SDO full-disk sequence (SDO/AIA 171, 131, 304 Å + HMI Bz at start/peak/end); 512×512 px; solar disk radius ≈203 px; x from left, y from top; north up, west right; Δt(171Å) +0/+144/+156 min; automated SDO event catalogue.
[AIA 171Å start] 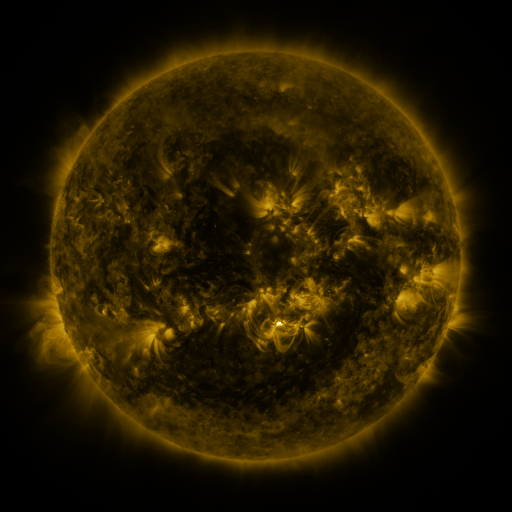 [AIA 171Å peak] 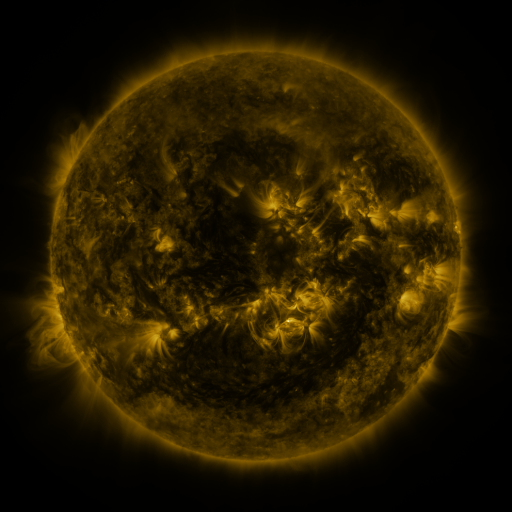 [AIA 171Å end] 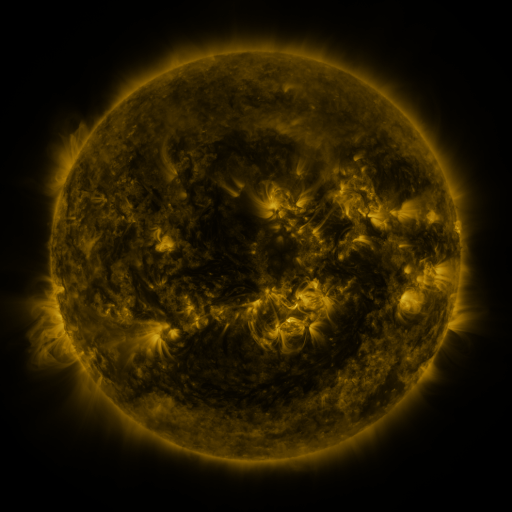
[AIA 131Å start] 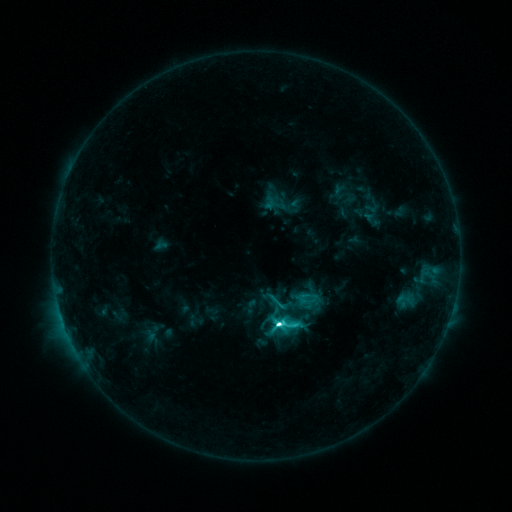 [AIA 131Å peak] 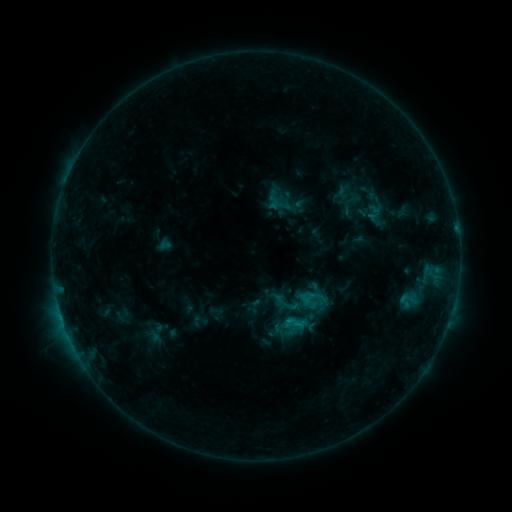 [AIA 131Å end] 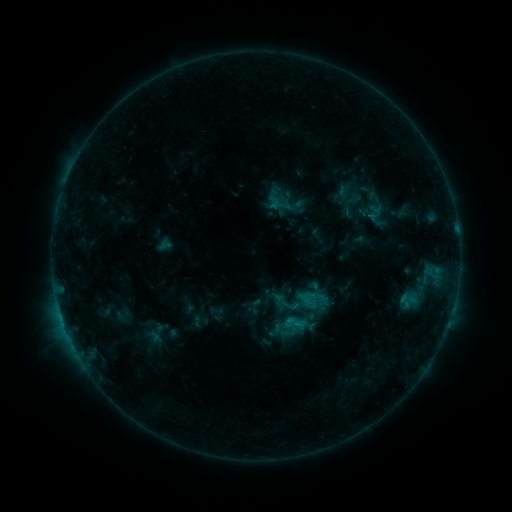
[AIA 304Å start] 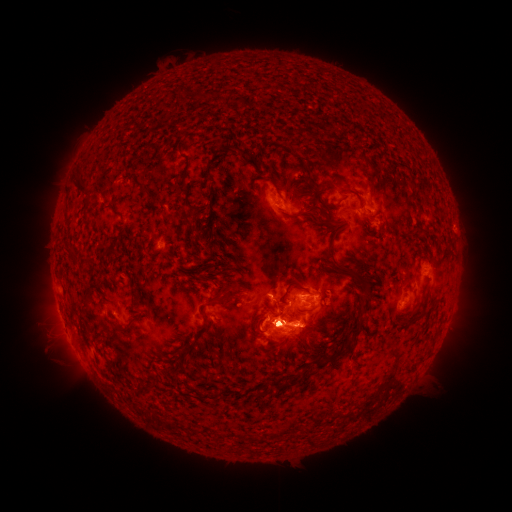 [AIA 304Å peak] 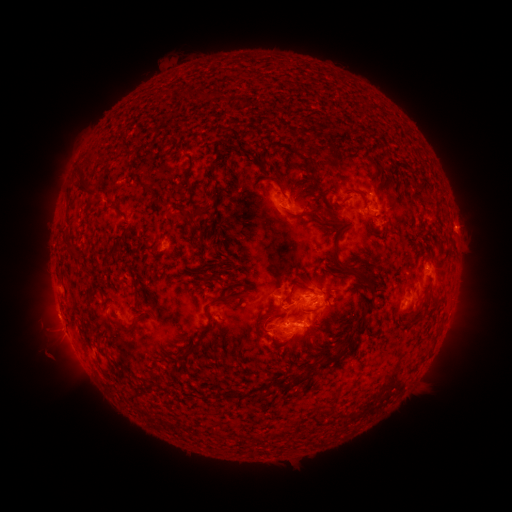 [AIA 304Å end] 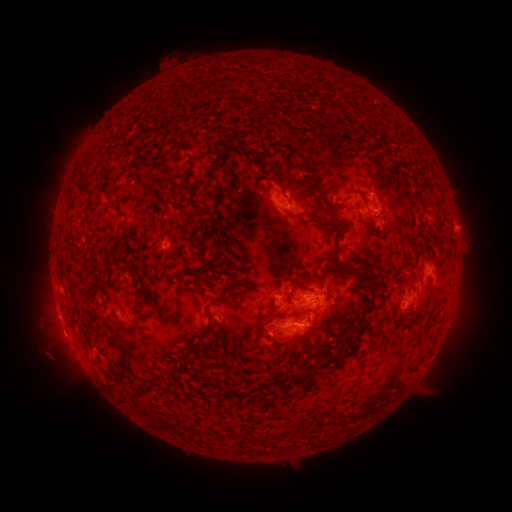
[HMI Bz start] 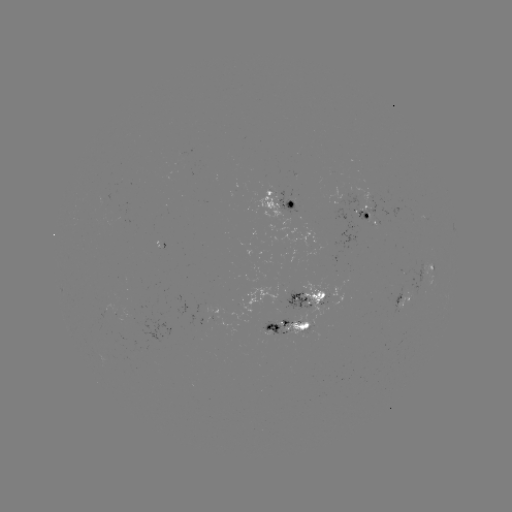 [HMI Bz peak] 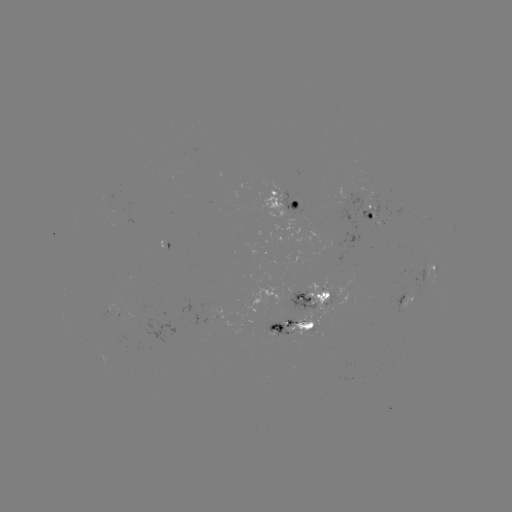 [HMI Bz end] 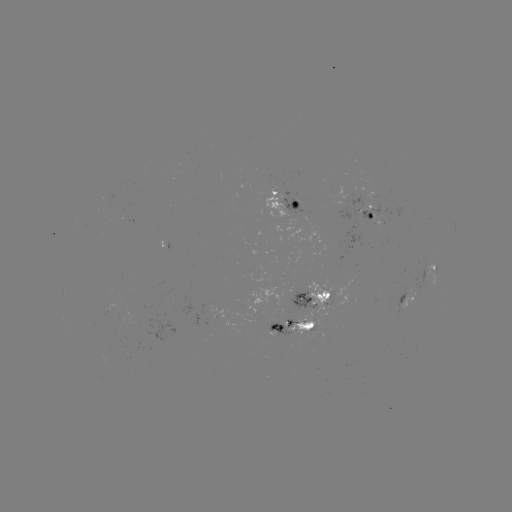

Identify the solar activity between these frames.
emerging-flux region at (321, 293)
